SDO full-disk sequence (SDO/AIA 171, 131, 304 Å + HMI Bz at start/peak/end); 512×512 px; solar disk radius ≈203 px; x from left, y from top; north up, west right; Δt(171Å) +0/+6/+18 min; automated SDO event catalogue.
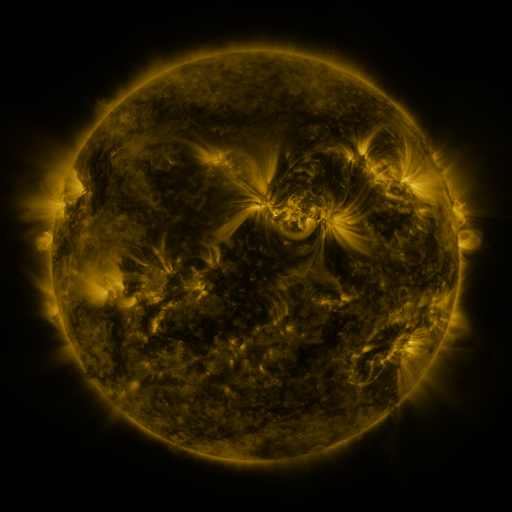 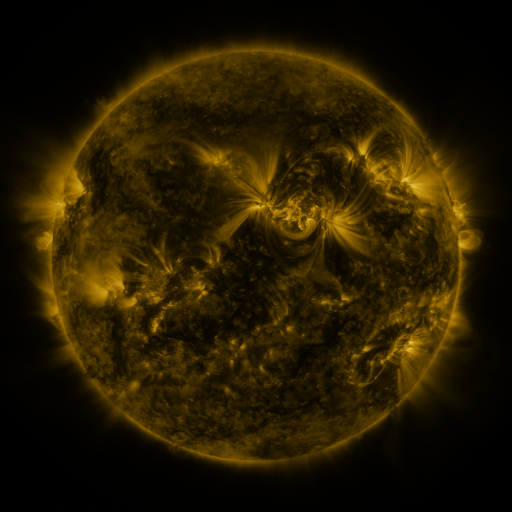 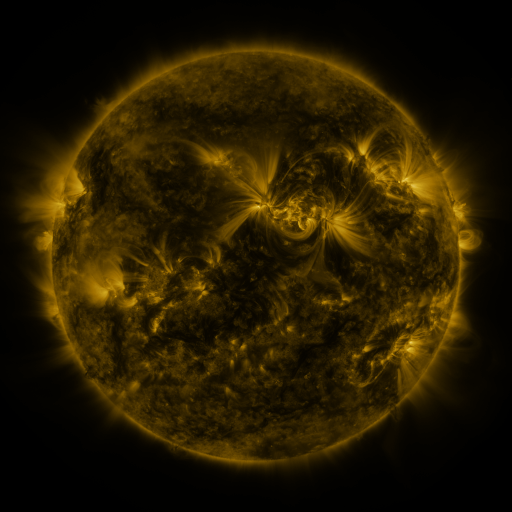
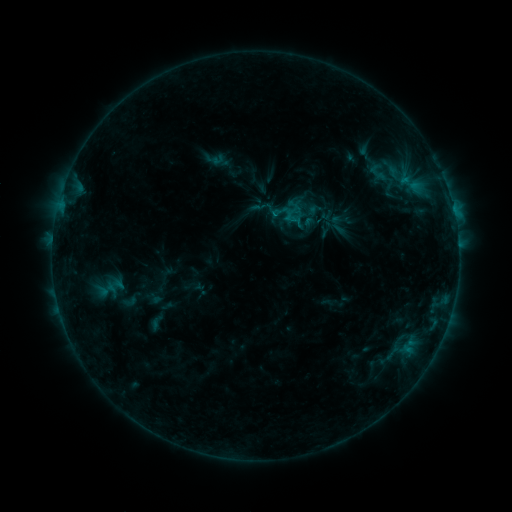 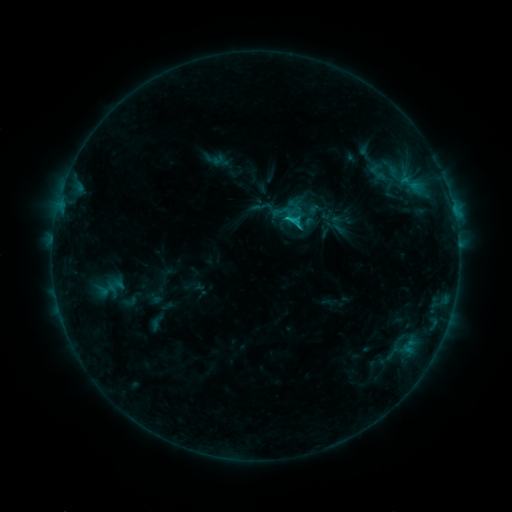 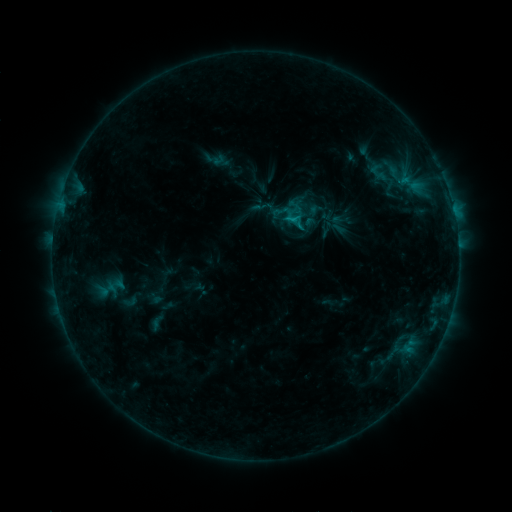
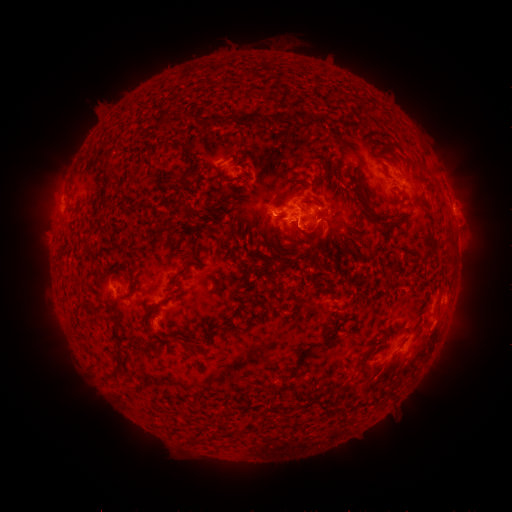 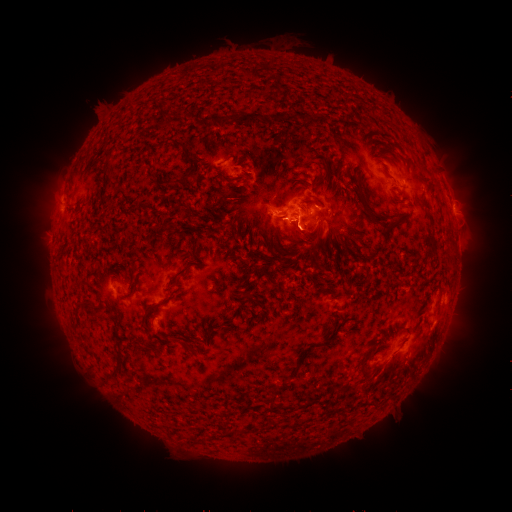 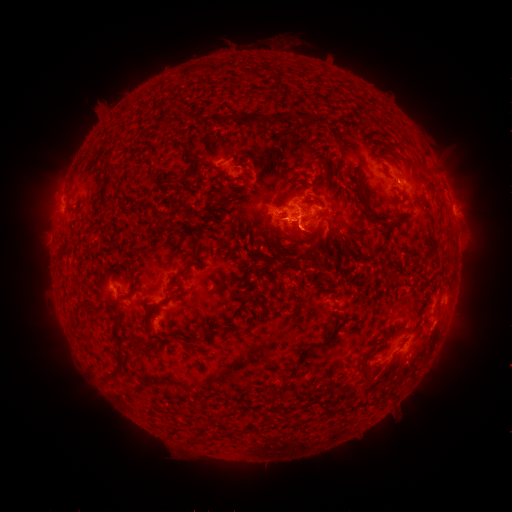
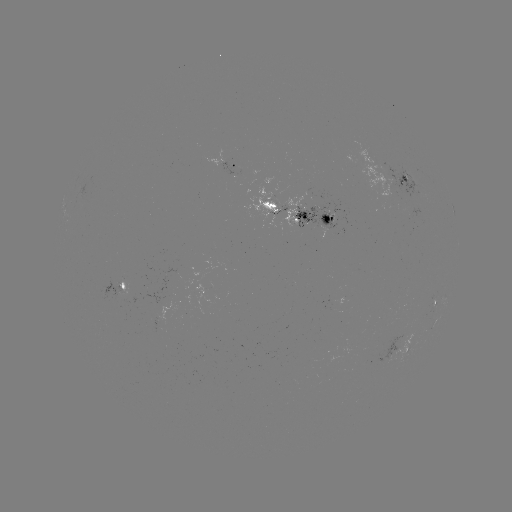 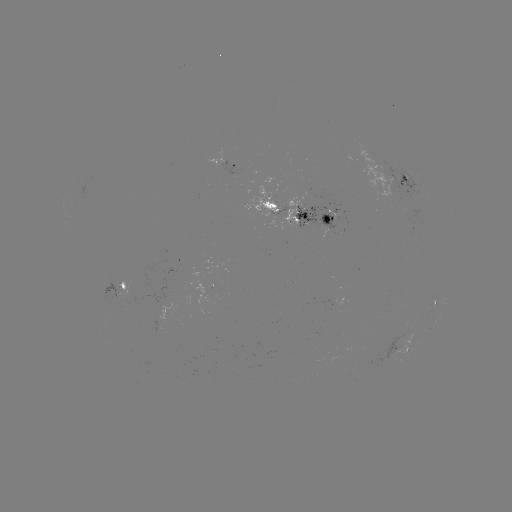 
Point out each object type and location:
C1.2 flare: (287, 222)
